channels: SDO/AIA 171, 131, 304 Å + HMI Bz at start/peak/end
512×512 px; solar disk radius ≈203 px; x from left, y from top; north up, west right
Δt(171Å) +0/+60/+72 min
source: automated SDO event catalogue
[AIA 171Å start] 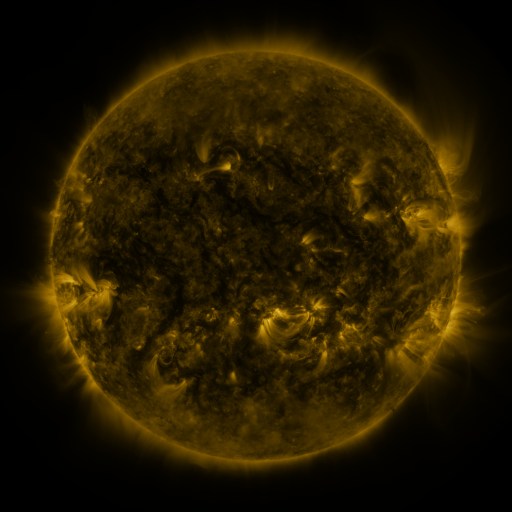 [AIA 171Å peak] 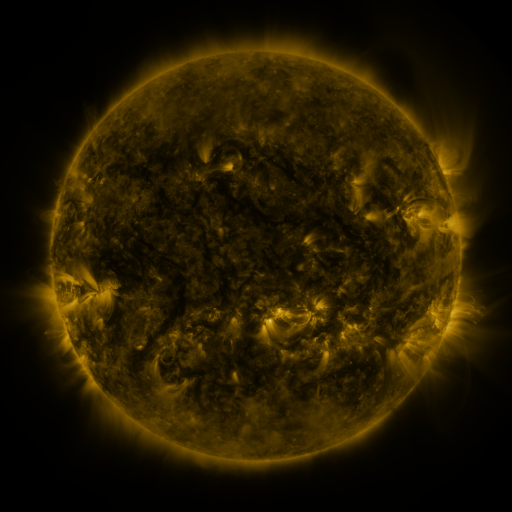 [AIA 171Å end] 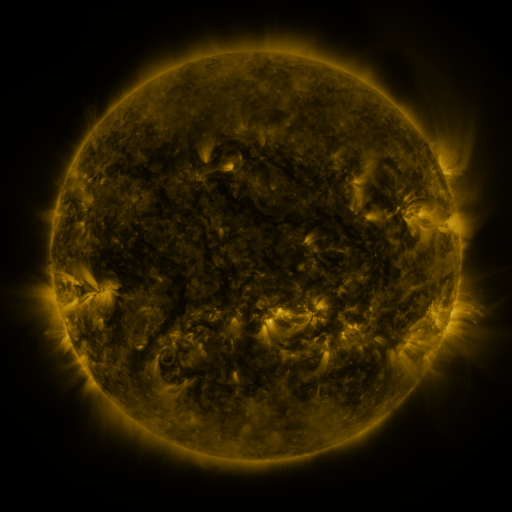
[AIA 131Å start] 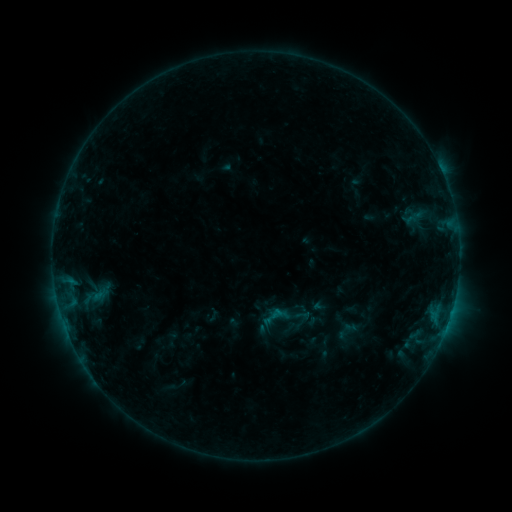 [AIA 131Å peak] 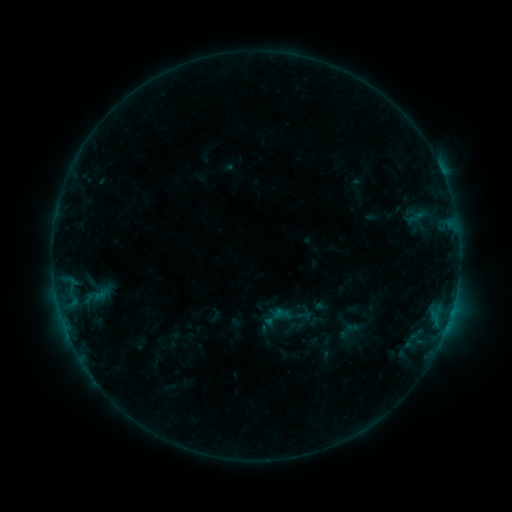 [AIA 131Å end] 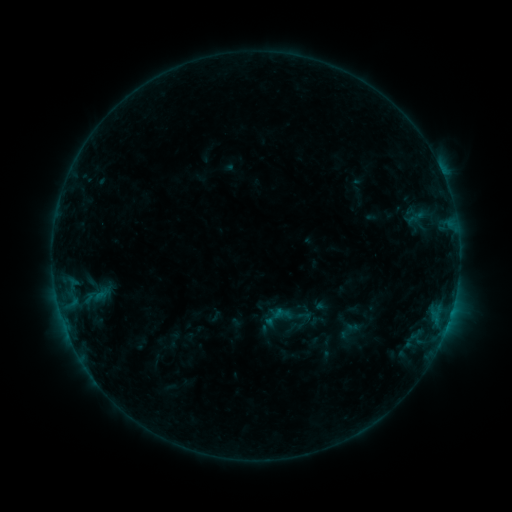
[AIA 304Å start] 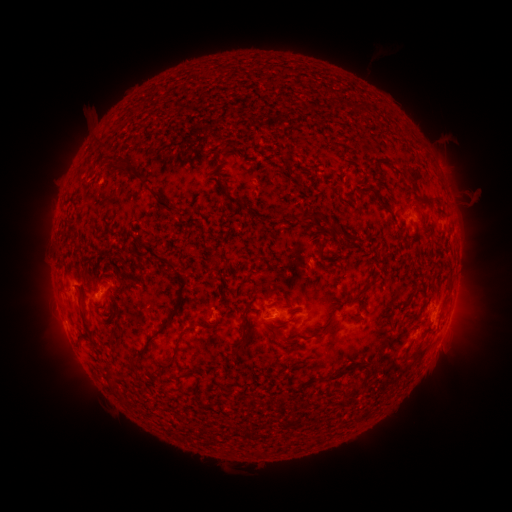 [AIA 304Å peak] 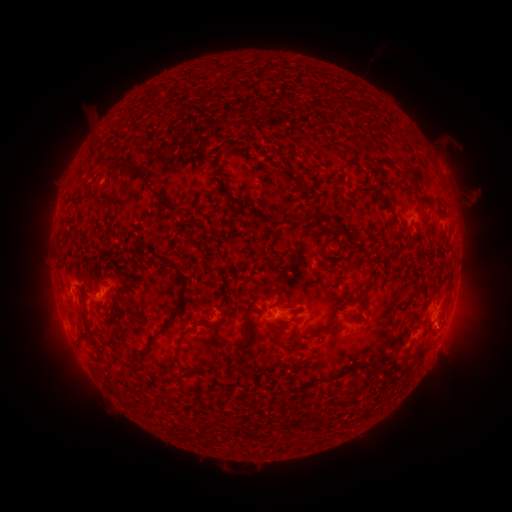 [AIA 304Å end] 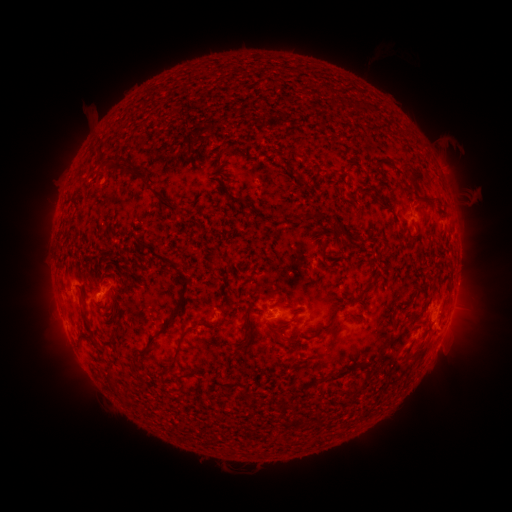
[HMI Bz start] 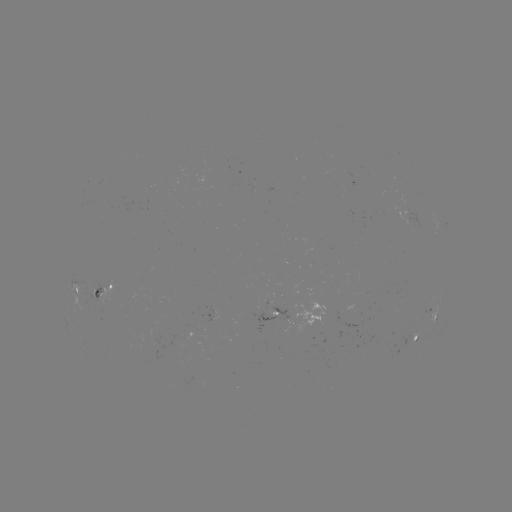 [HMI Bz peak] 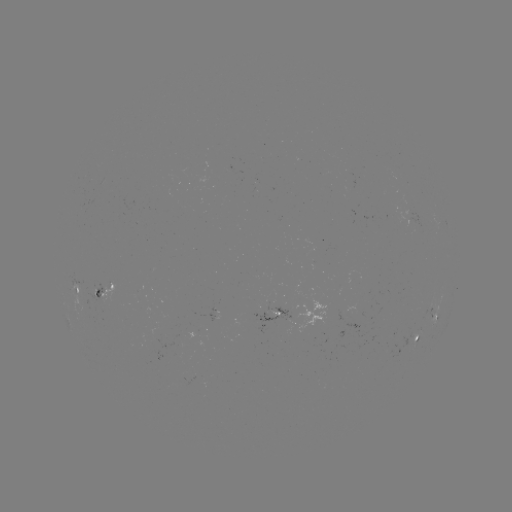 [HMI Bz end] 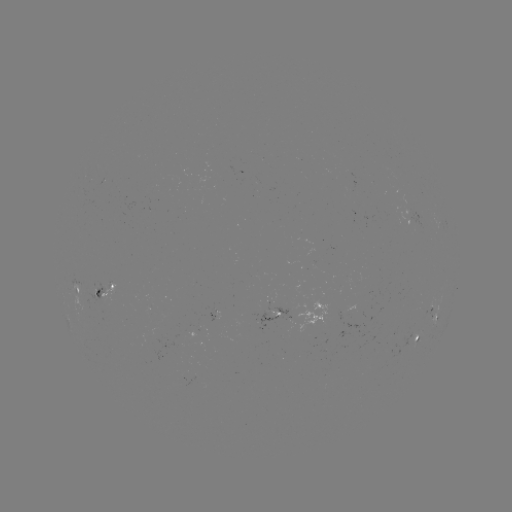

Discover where emerging-flux region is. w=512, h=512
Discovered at (287, 317).